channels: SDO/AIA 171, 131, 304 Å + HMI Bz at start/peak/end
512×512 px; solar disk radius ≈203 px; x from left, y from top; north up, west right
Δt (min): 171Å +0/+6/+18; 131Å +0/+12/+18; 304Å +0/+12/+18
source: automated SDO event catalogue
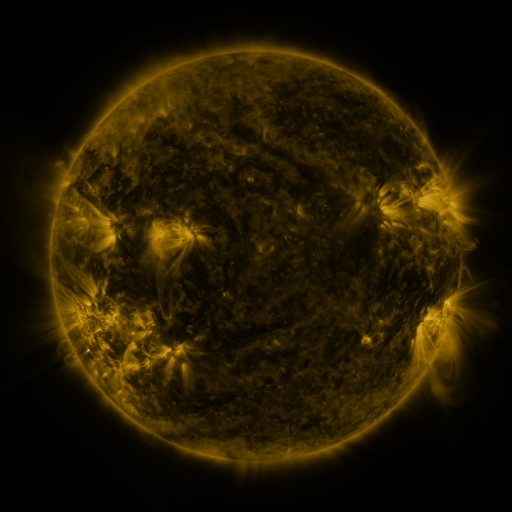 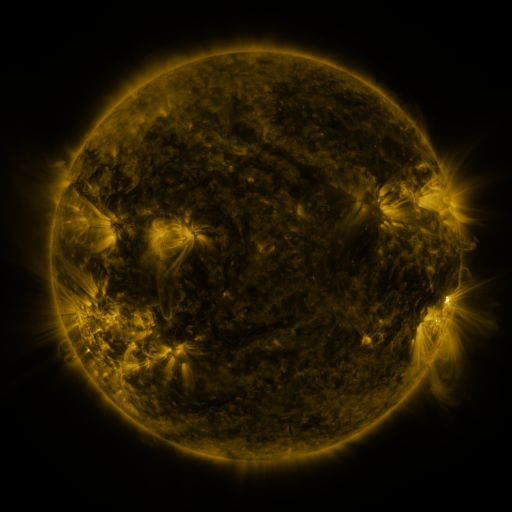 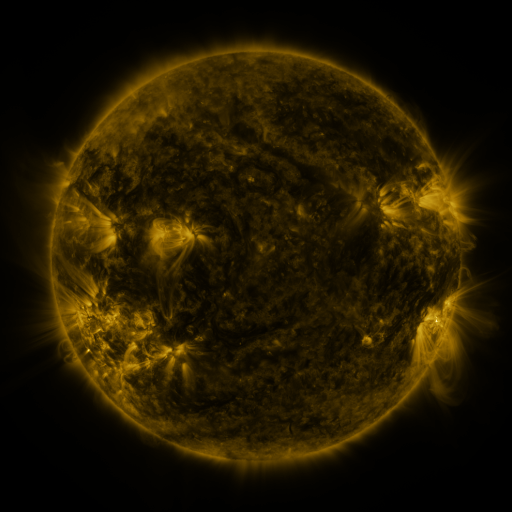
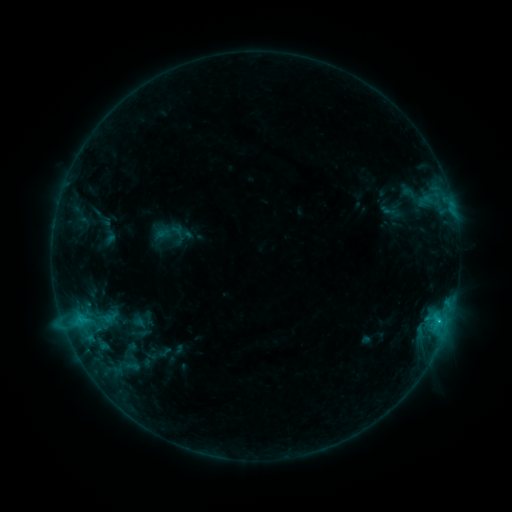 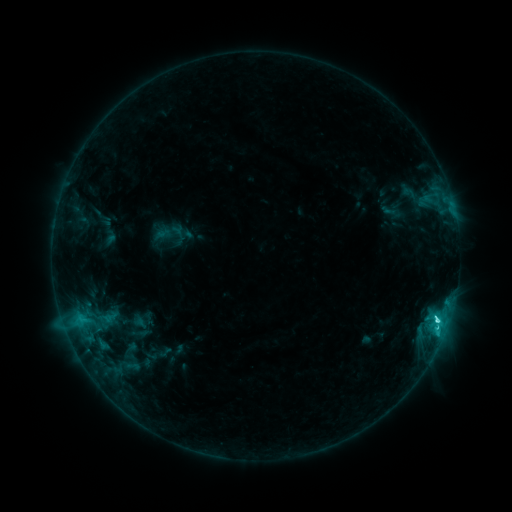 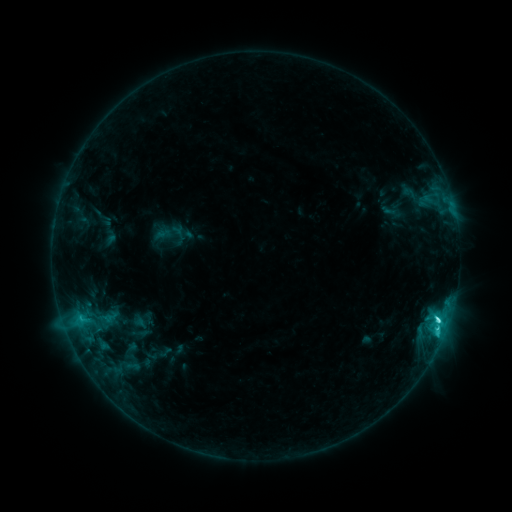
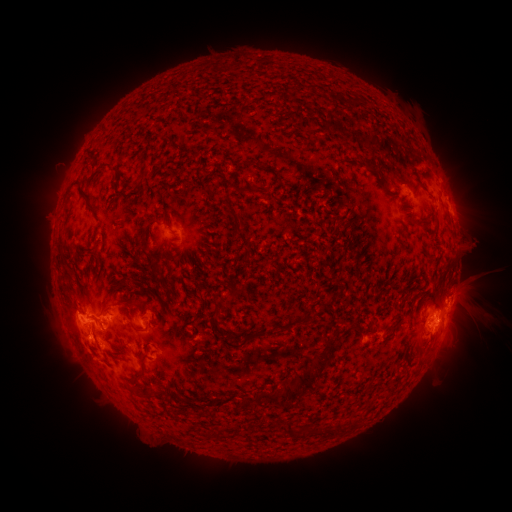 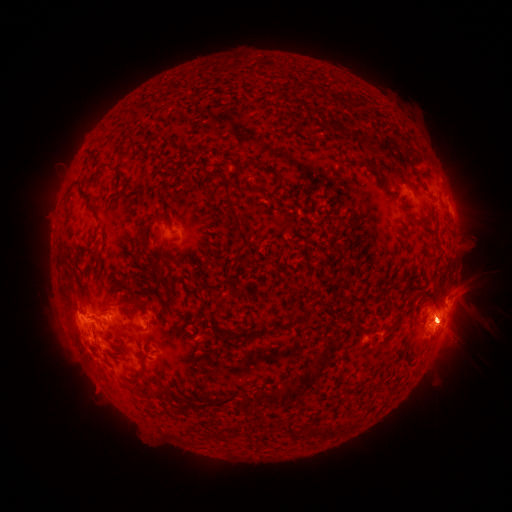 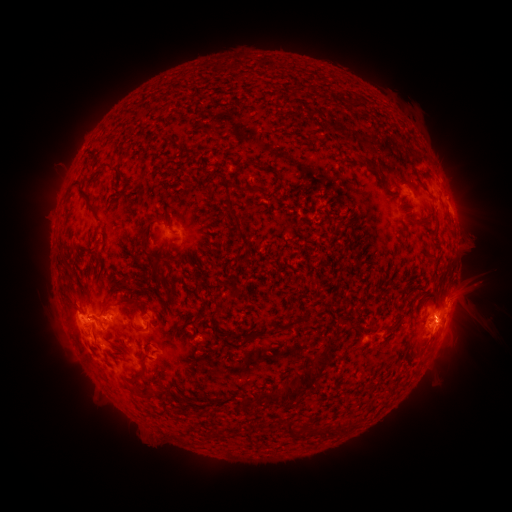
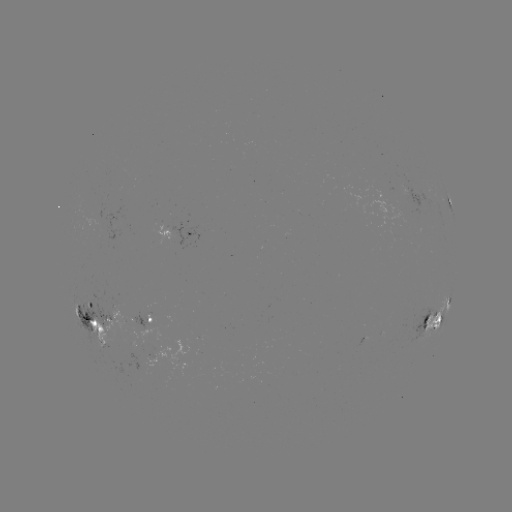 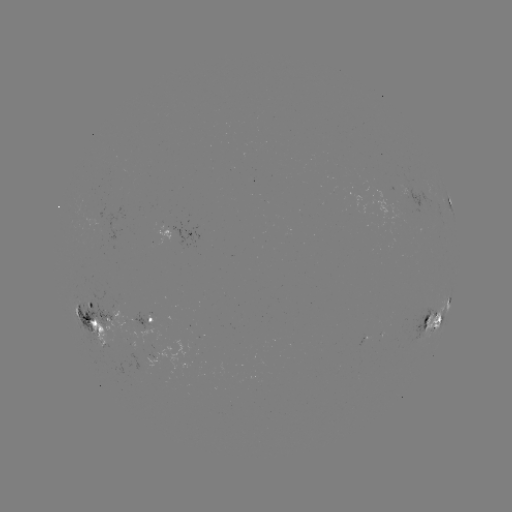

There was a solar eruption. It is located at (466, 293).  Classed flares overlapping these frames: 1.